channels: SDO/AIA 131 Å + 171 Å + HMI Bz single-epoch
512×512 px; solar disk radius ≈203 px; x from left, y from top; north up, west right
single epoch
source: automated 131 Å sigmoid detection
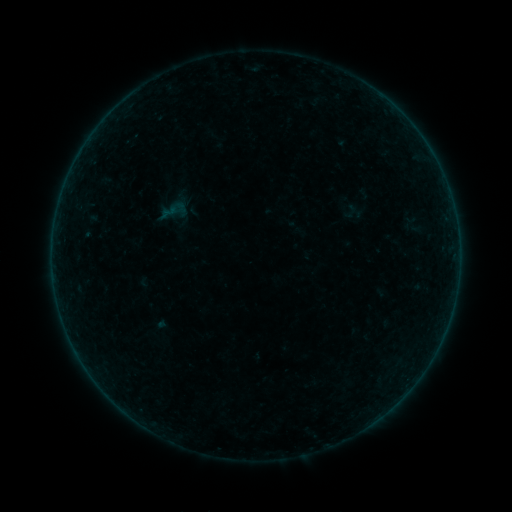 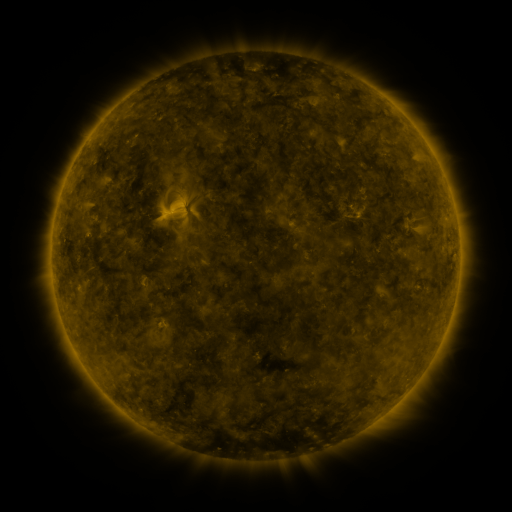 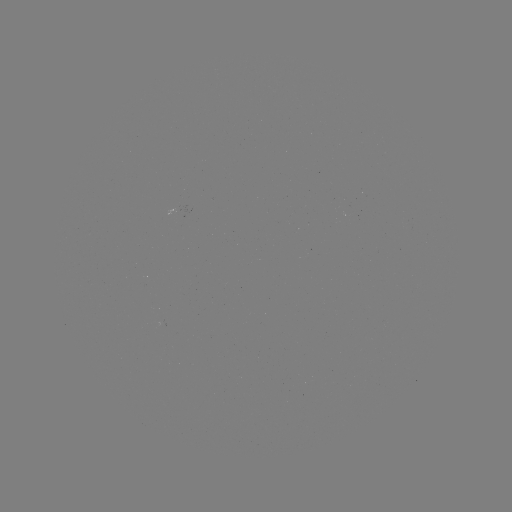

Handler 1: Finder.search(sigmoid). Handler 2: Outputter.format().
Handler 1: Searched sigmoid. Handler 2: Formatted (174, 211).